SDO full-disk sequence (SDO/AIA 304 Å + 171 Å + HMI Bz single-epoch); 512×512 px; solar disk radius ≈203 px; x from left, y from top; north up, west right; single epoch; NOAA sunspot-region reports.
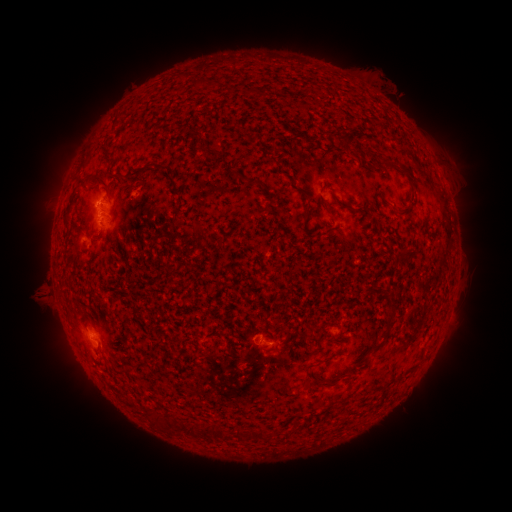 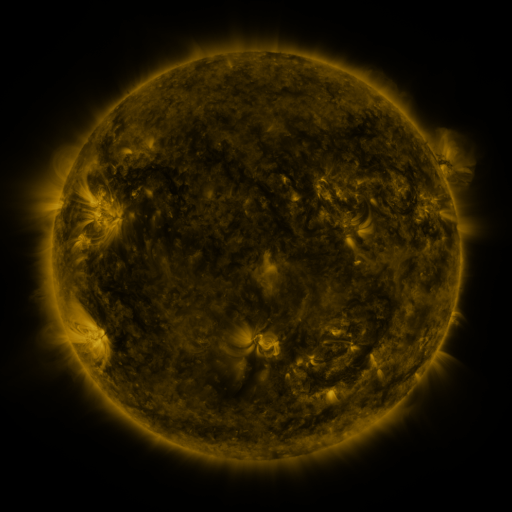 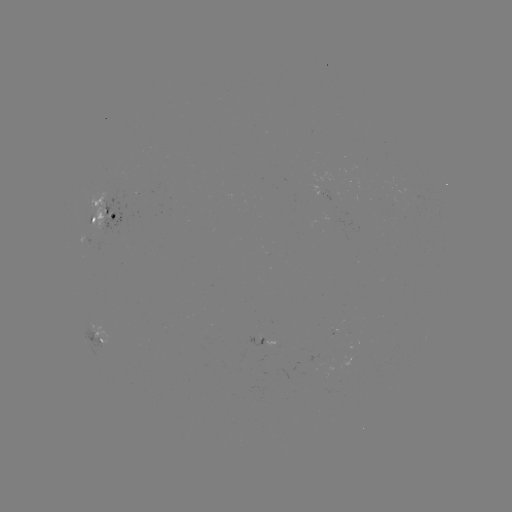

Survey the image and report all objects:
spotted active region: (105, 215)
spotted active region: (98, 334)
spotted active region: (266, 341)
